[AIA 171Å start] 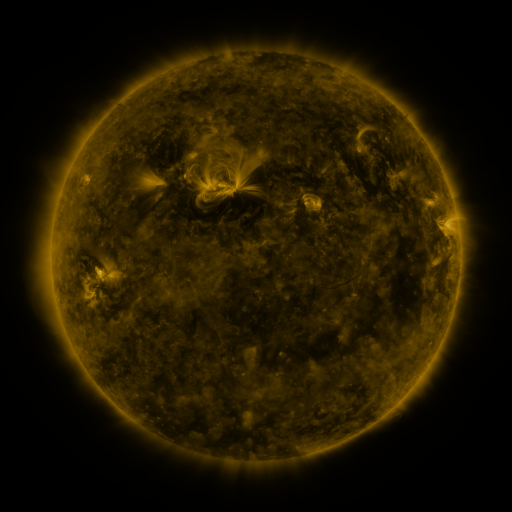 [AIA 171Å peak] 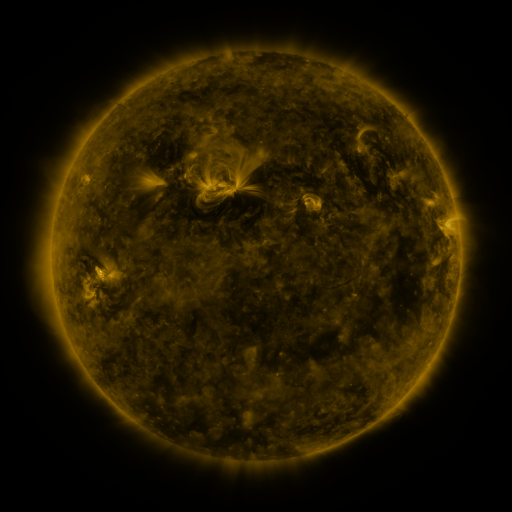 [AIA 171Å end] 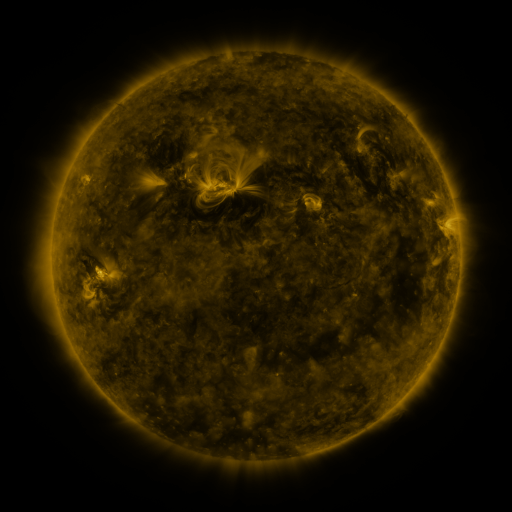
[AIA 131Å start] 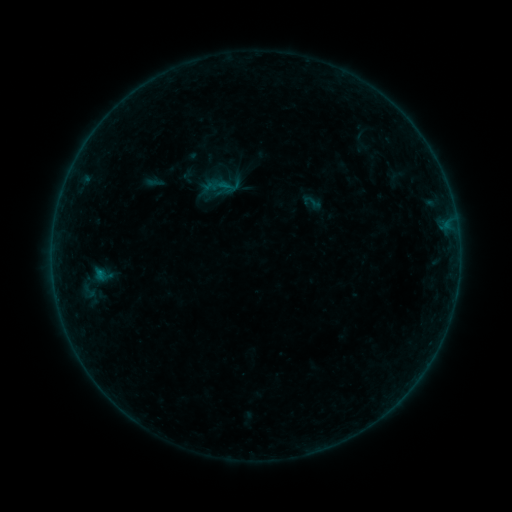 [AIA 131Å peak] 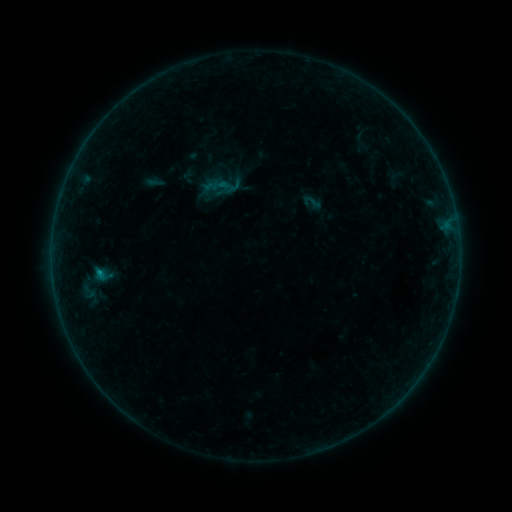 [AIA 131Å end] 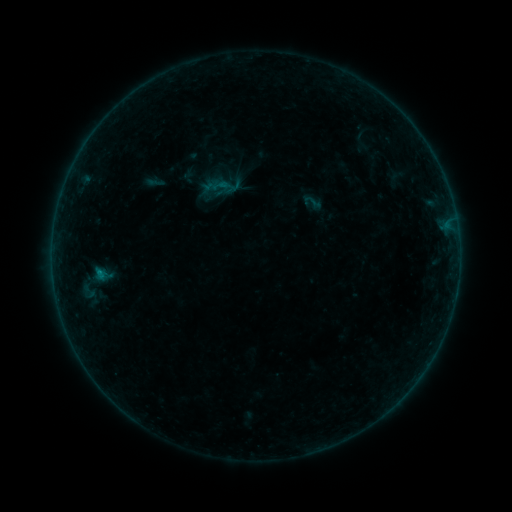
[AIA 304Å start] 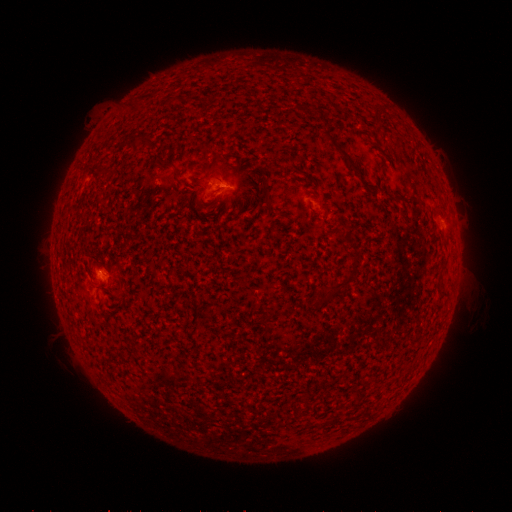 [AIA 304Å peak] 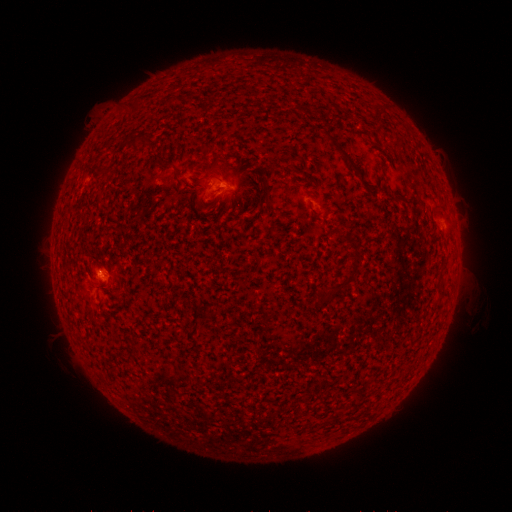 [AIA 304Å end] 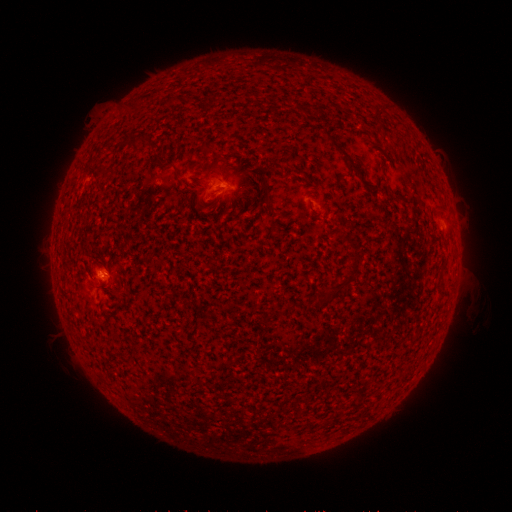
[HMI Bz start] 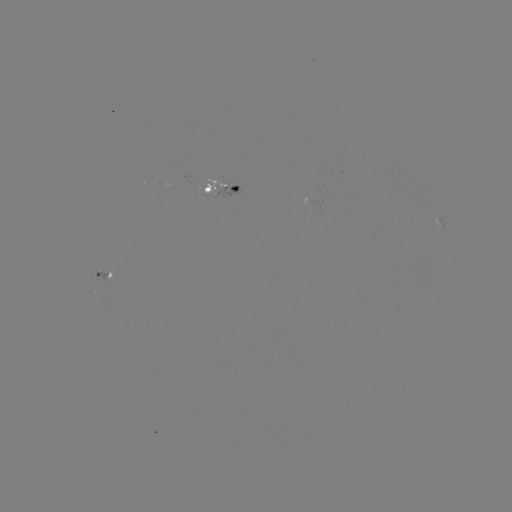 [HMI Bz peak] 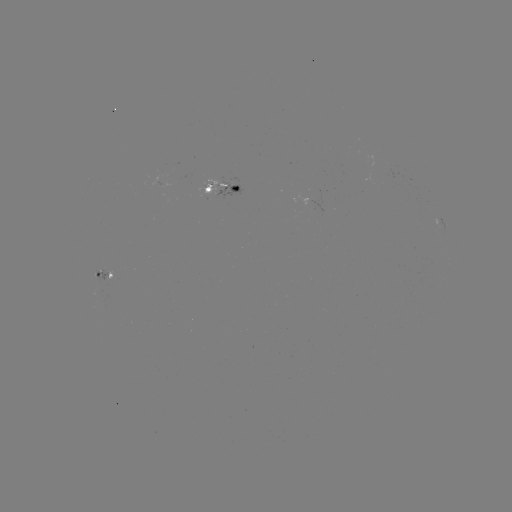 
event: flare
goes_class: B2.5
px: (99, 269)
